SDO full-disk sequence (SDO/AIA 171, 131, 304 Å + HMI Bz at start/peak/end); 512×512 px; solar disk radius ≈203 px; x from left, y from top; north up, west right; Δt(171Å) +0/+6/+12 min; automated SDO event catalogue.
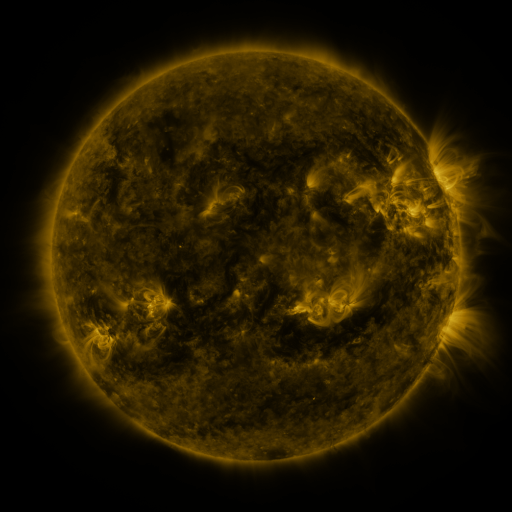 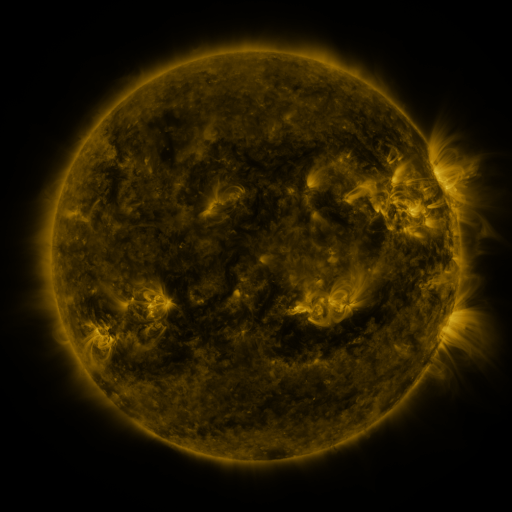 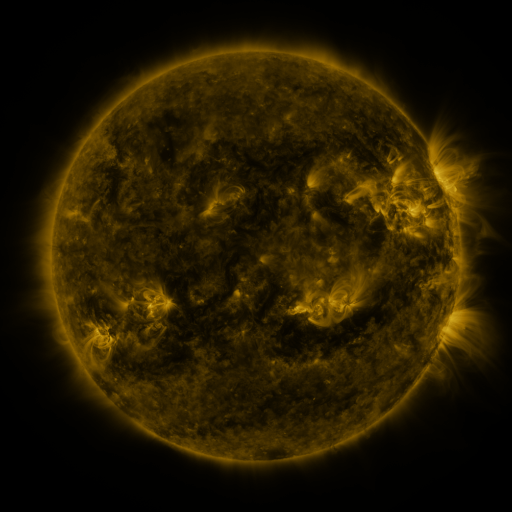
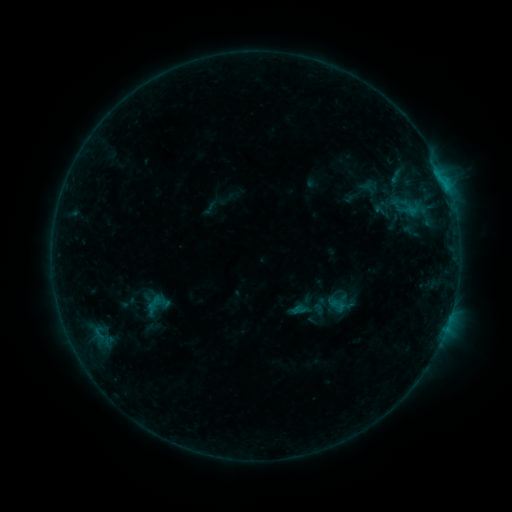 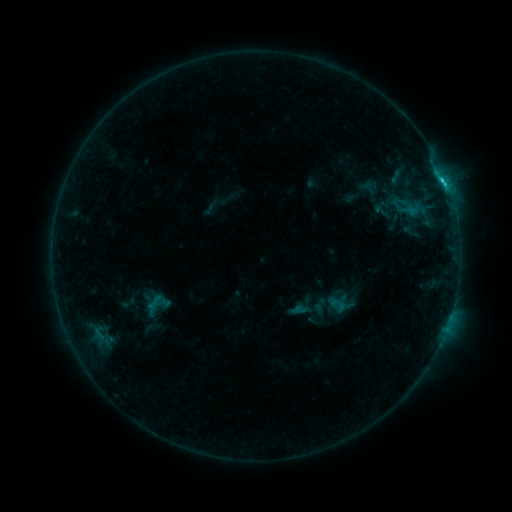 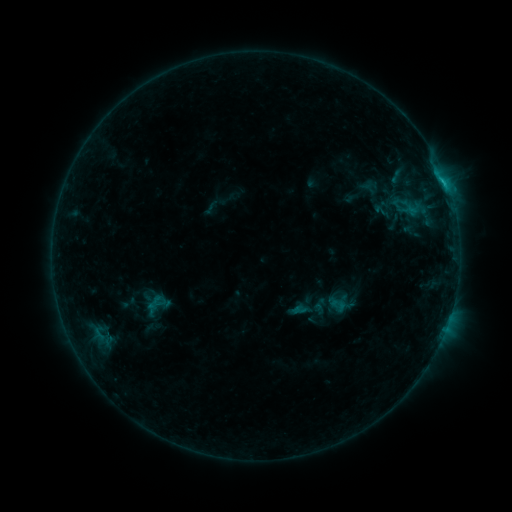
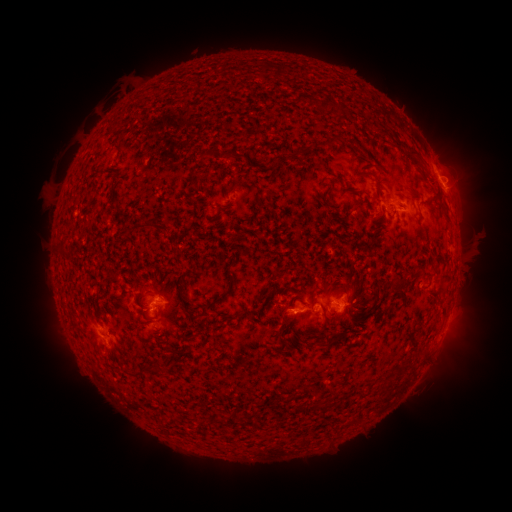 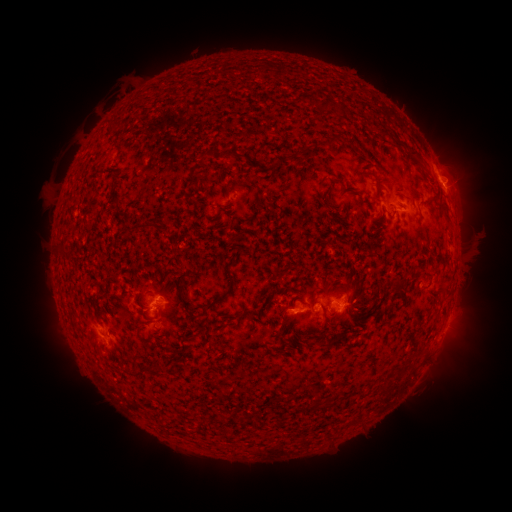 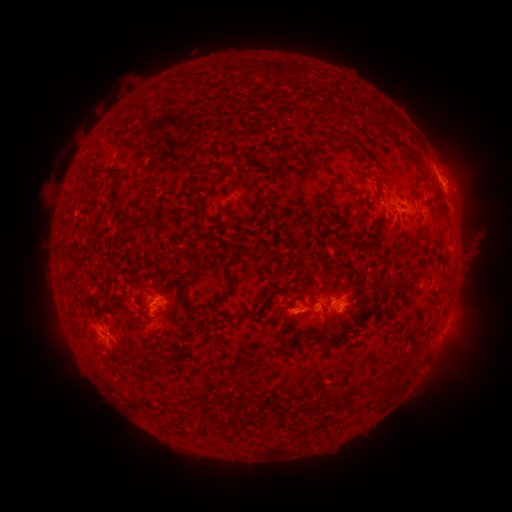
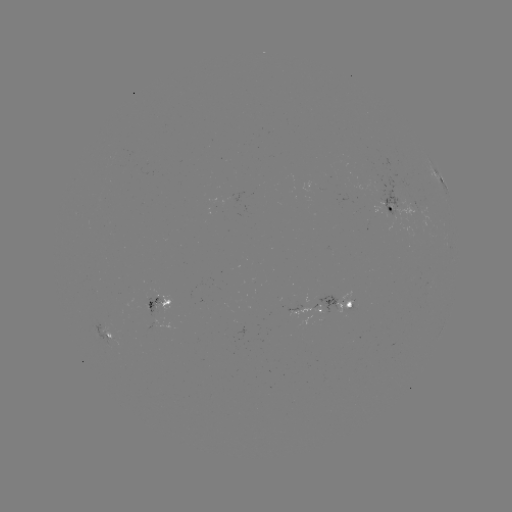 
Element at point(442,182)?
C1.1 flare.